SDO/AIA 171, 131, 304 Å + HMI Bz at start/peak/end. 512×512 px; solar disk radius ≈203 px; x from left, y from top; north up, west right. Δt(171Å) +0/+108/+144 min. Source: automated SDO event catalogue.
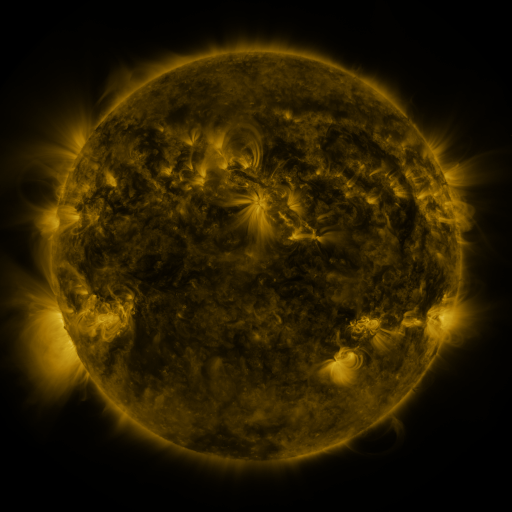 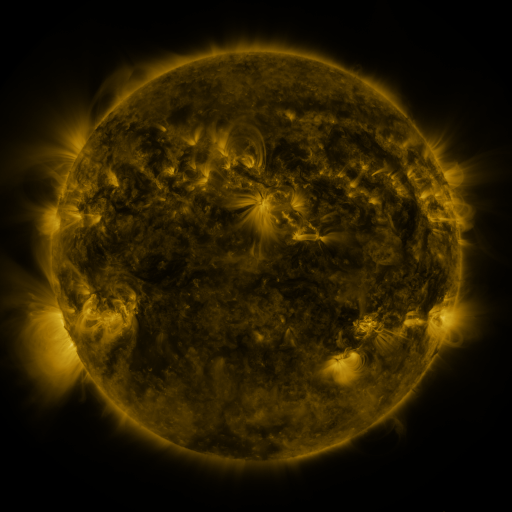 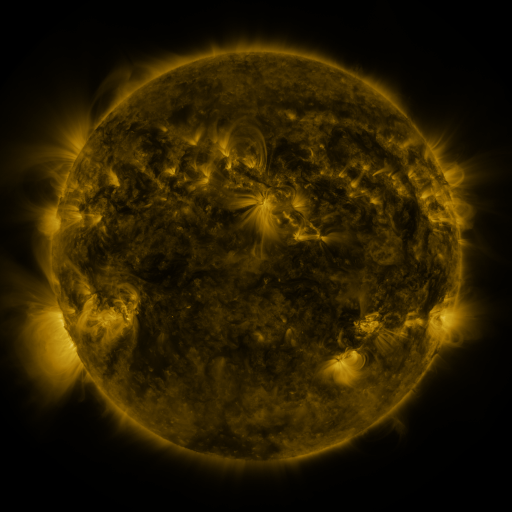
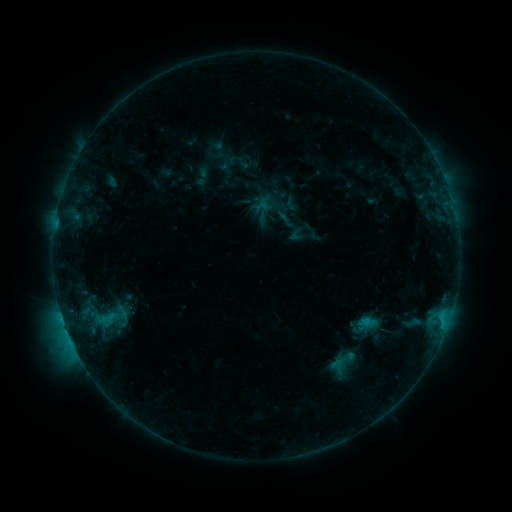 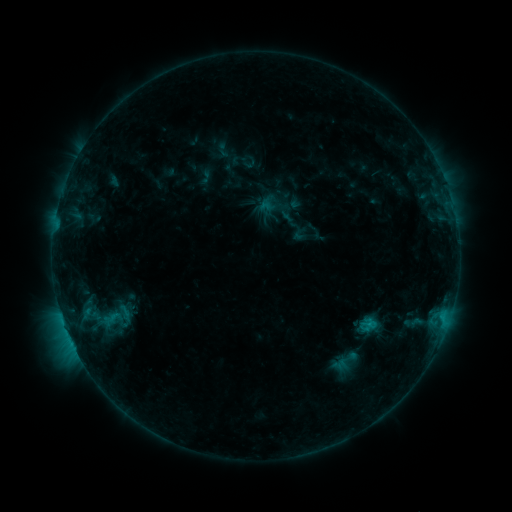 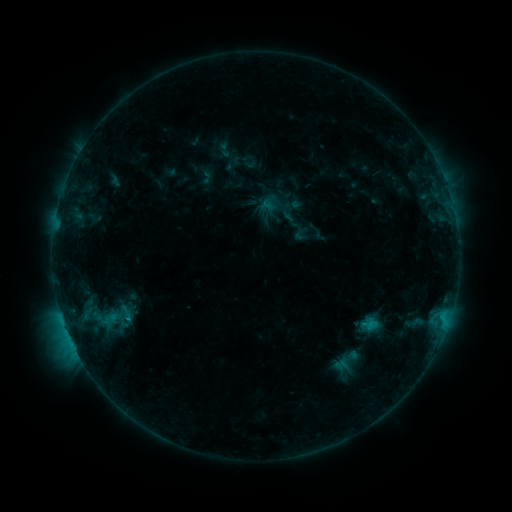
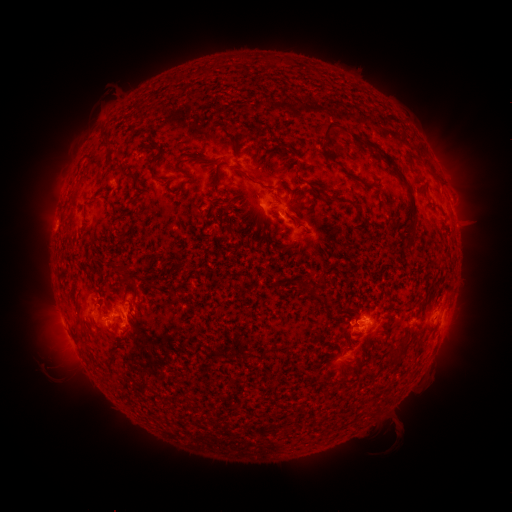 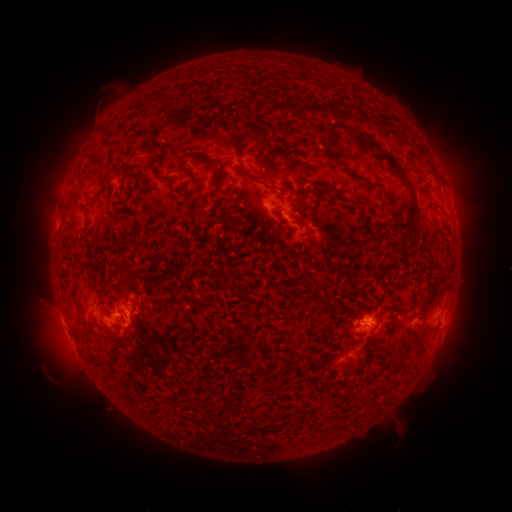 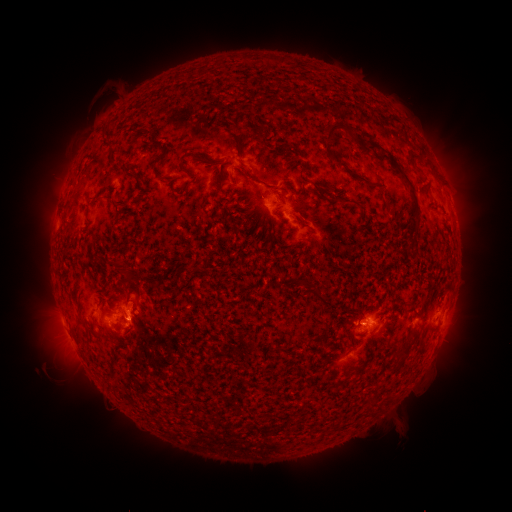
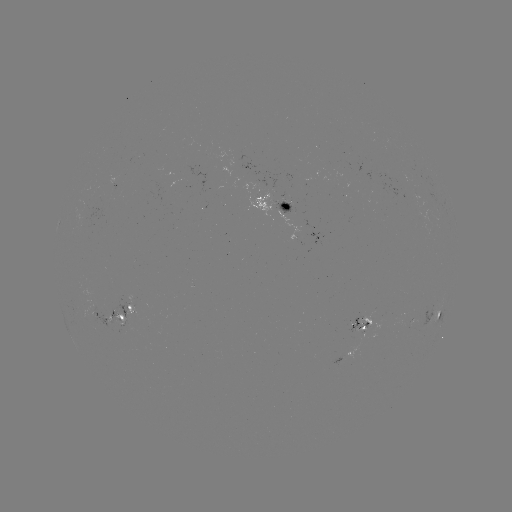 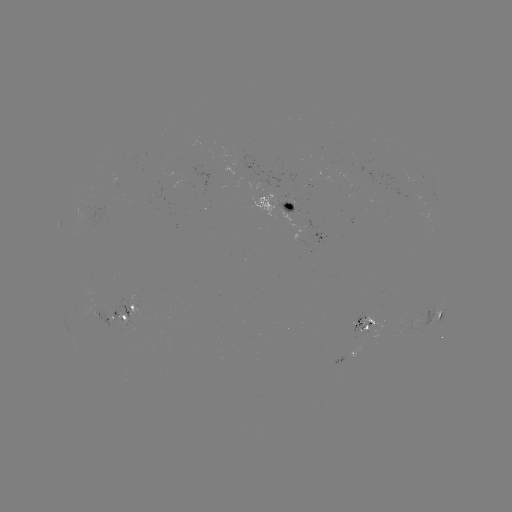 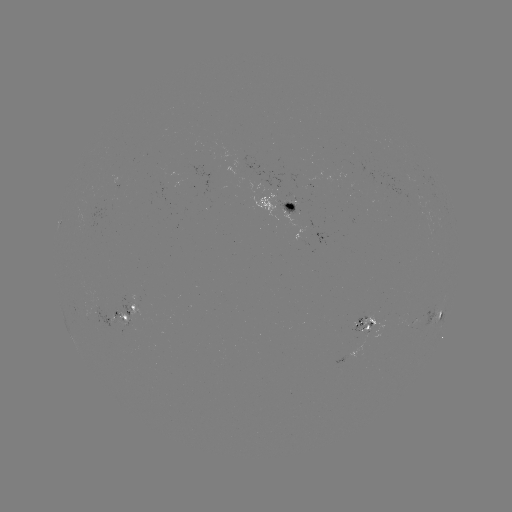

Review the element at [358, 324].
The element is emerging-flux region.